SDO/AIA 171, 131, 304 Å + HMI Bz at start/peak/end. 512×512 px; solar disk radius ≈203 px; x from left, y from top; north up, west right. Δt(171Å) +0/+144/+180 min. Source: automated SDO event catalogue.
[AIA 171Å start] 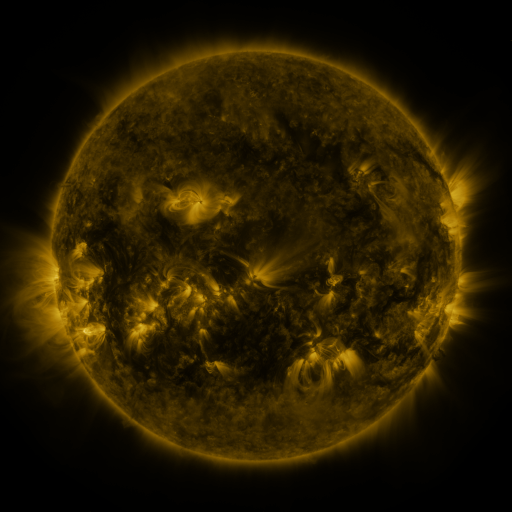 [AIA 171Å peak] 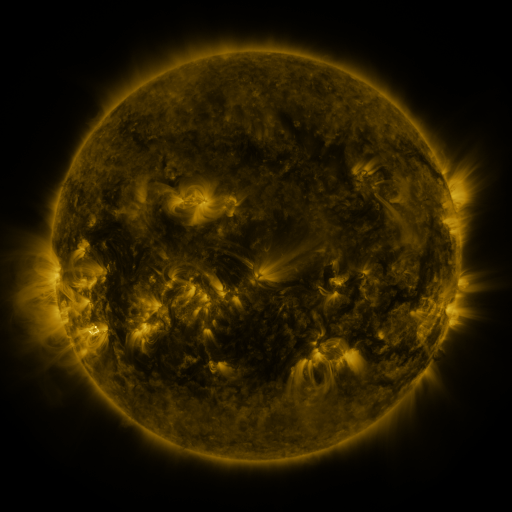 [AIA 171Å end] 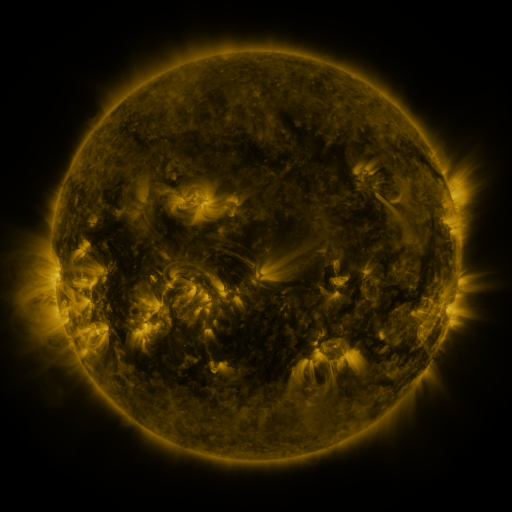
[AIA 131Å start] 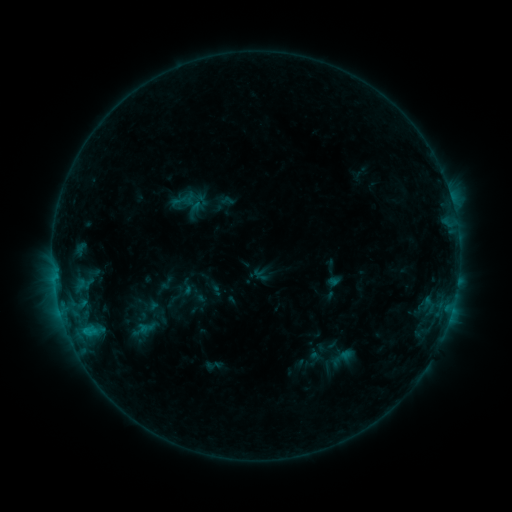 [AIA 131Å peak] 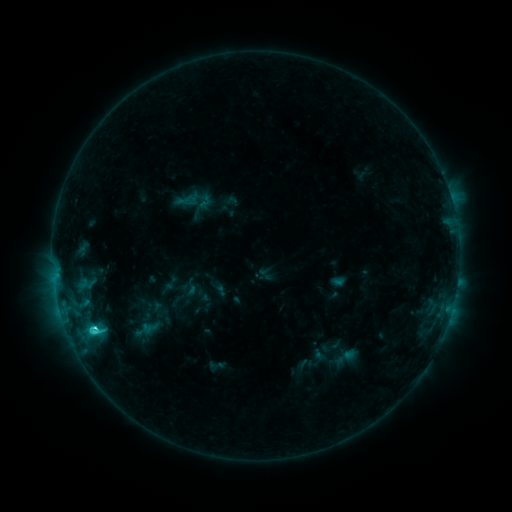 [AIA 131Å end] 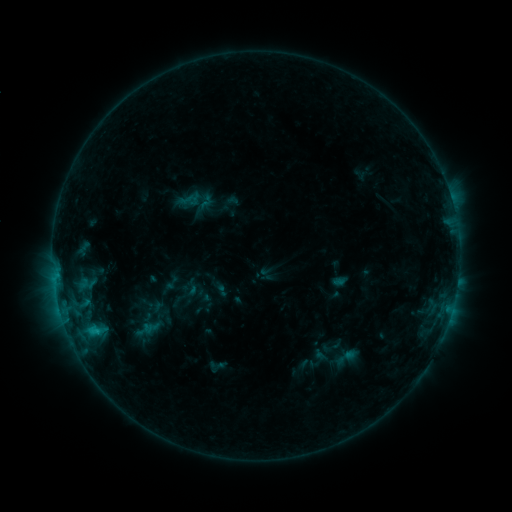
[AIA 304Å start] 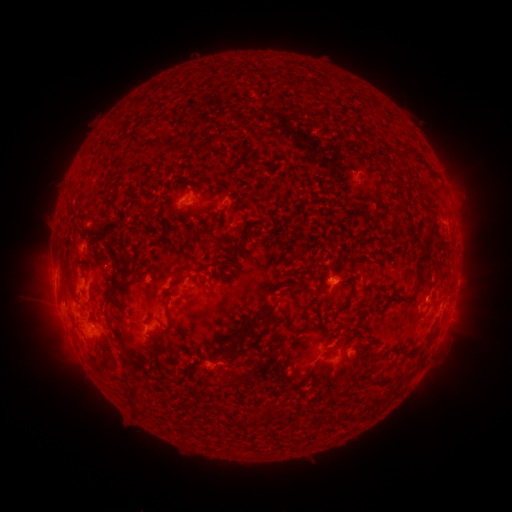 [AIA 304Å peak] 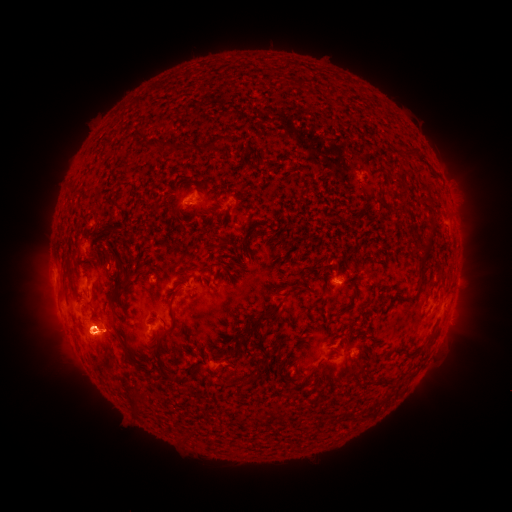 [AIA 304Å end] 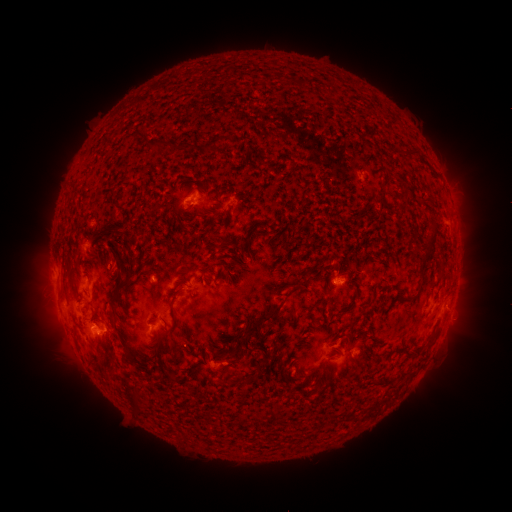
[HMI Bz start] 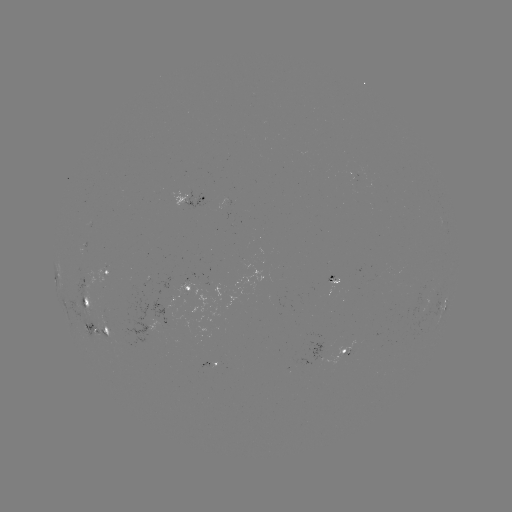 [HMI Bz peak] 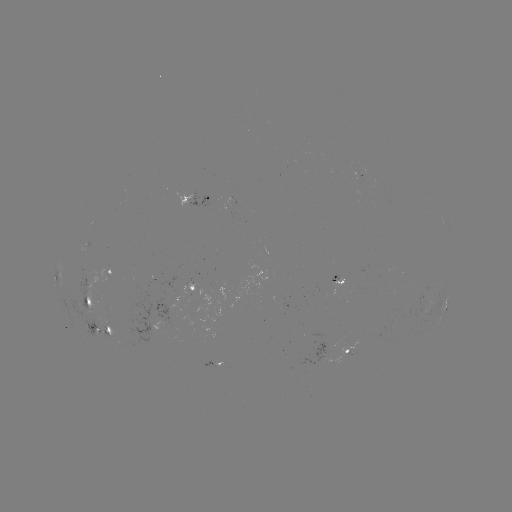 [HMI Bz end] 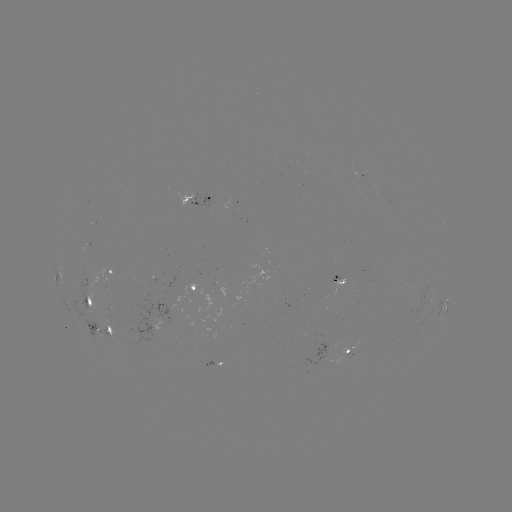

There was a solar emerging-flux region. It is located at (102, 326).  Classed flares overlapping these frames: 2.